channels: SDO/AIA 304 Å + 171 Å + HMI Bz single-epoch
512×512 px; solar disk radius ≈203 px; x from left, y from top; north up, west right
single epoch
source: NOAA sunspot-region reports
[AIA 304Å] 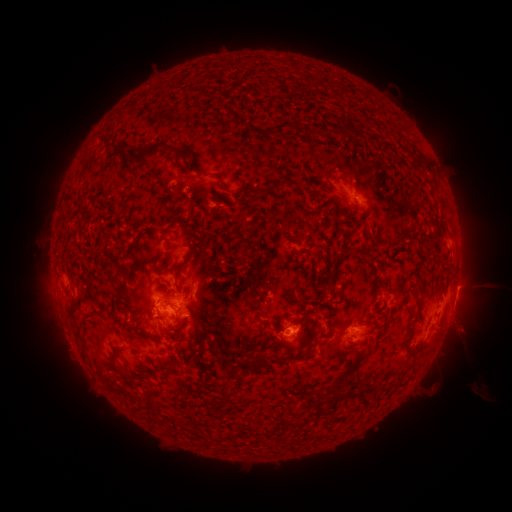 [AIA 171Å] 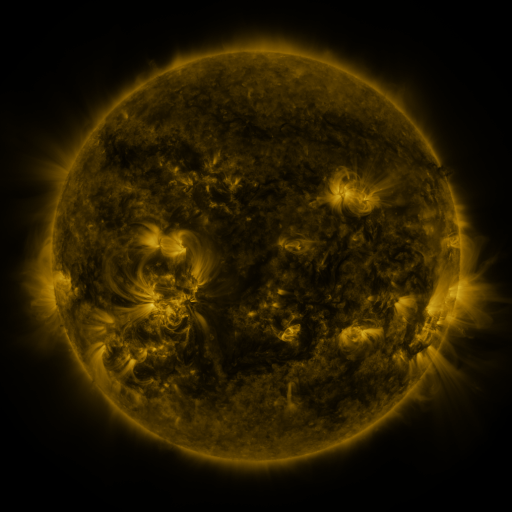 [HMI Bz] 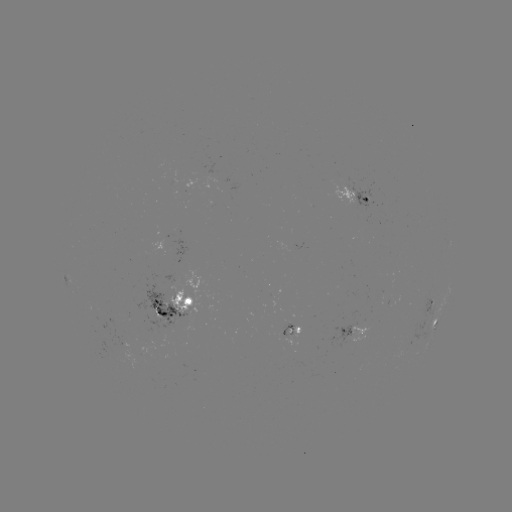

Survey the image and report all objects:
spotted active region: (354, 197)
spotted active region: (69, 278)
spotted active region: (431, 304)
spotted active region: (177, 306)
spotted active region: (436, 323)
spotted active region: (352, 329)
spotted active region: (293, 331)
